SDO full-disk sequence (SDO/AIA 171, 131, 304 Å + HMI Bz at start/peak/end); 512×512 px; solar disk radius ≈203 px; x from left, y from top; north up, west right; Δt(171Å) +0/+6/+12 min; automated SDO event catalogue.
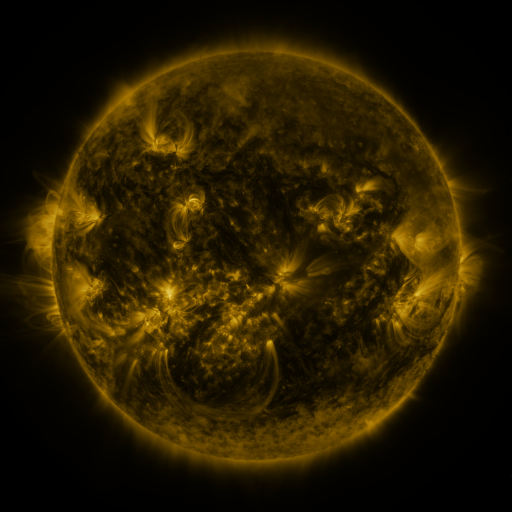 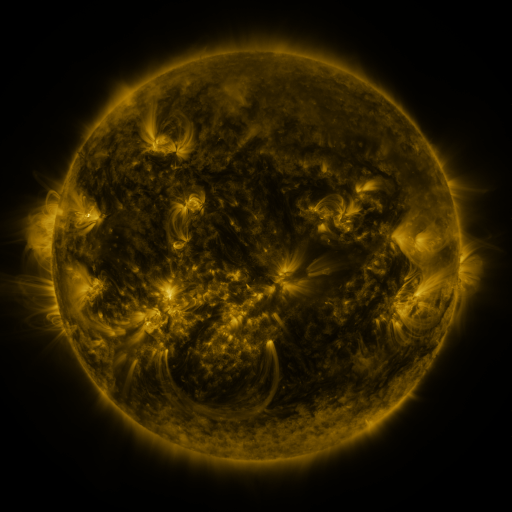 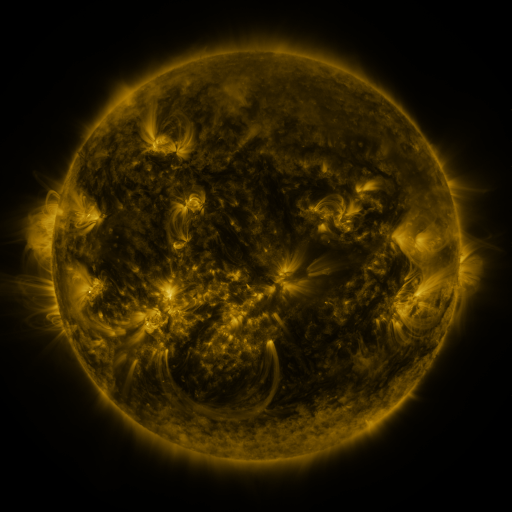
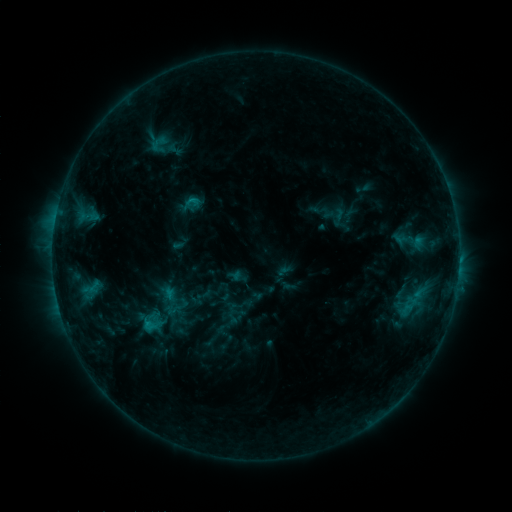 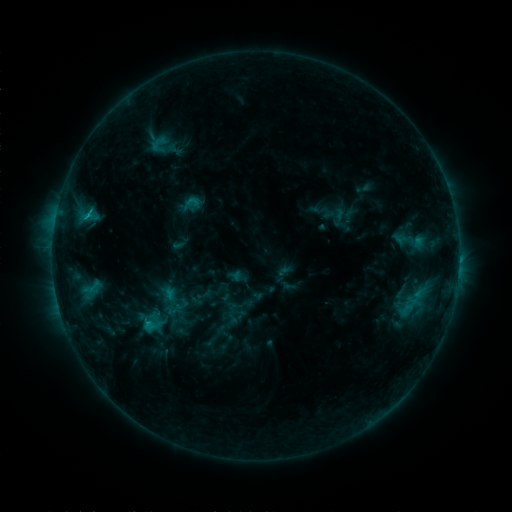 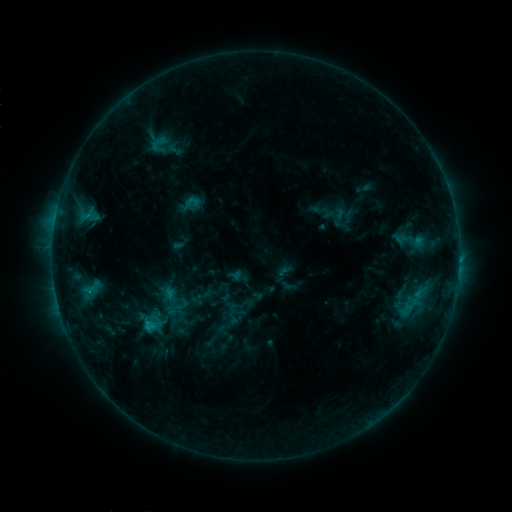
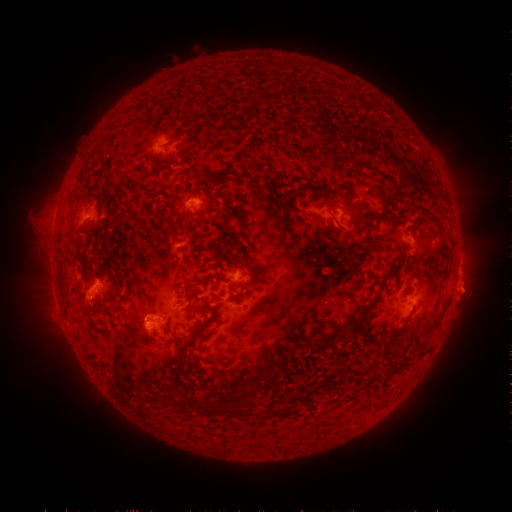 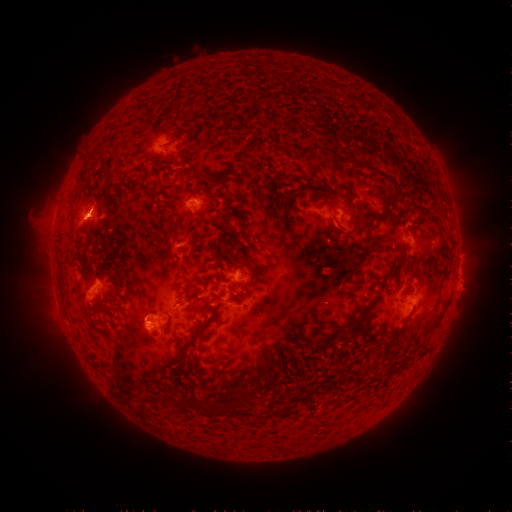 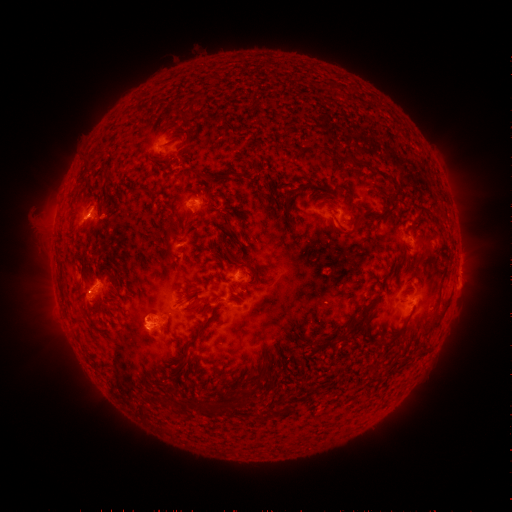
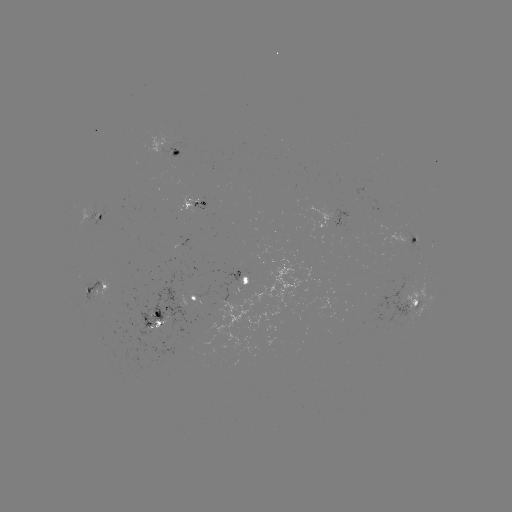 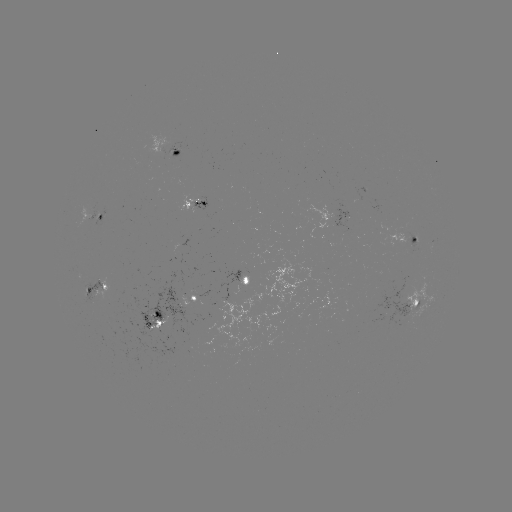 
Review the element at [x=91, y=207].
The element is eruption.